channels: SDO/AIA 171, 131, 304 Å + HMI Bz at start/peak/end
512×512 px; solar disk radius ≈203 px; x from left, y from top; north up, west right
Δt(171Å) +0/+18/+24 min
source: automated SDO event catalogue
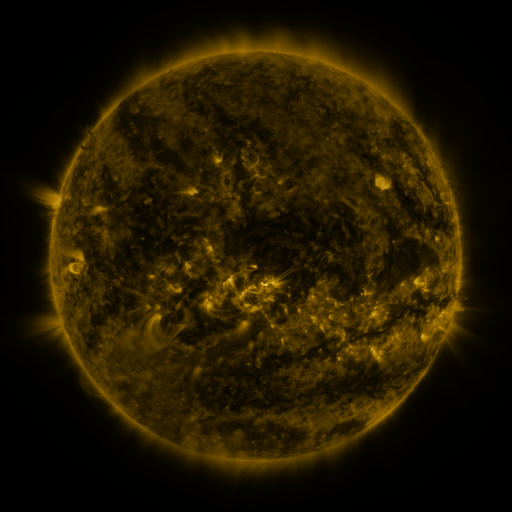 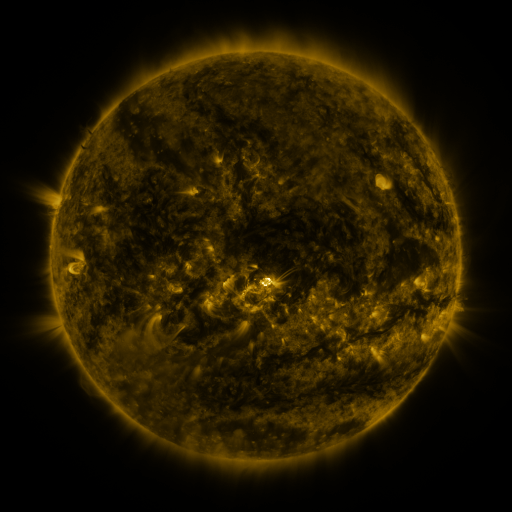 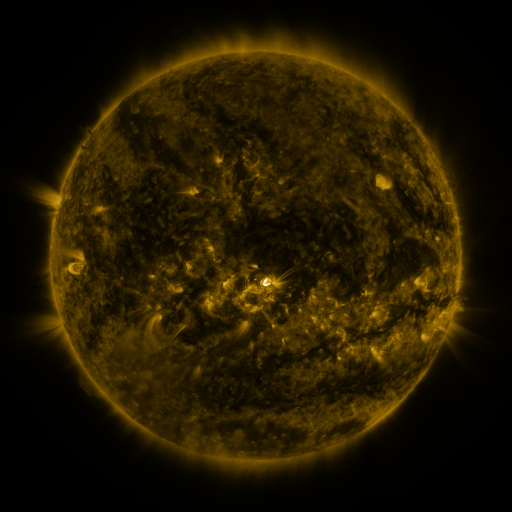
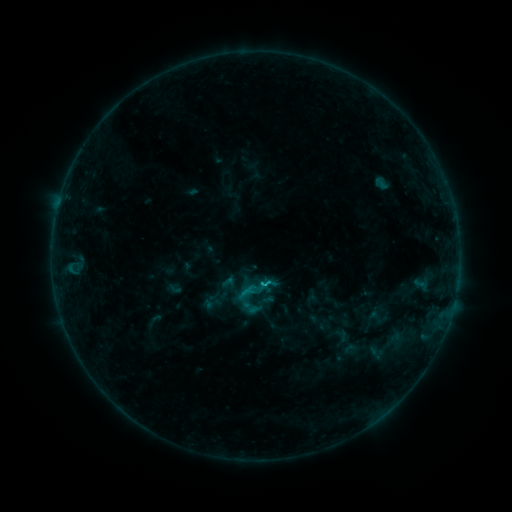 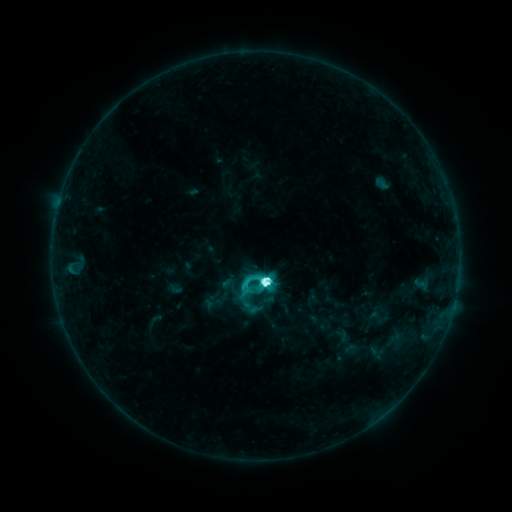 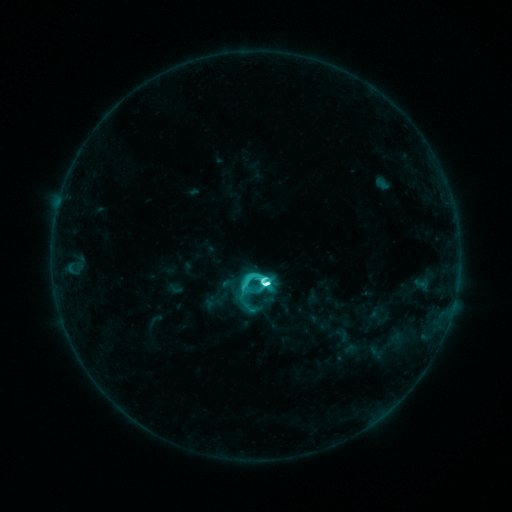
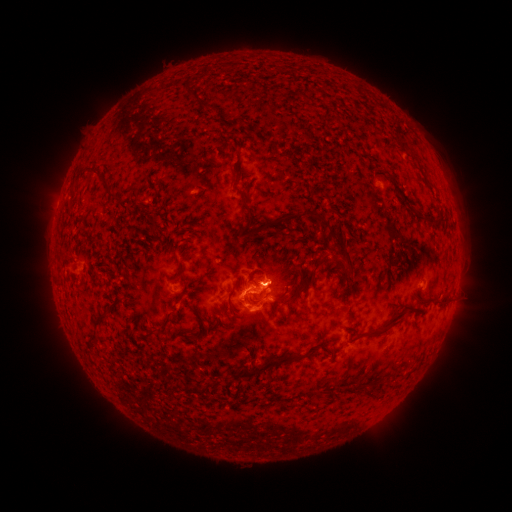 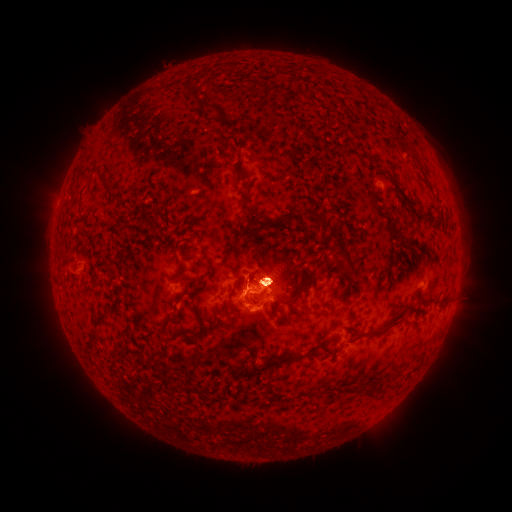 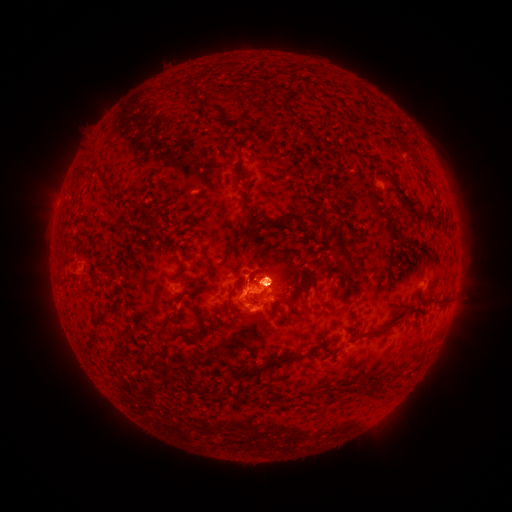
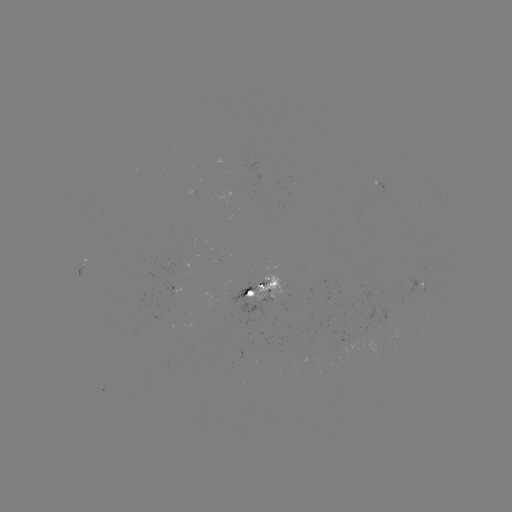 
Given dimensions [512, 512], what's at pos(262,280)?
M1.8 flare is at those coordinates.